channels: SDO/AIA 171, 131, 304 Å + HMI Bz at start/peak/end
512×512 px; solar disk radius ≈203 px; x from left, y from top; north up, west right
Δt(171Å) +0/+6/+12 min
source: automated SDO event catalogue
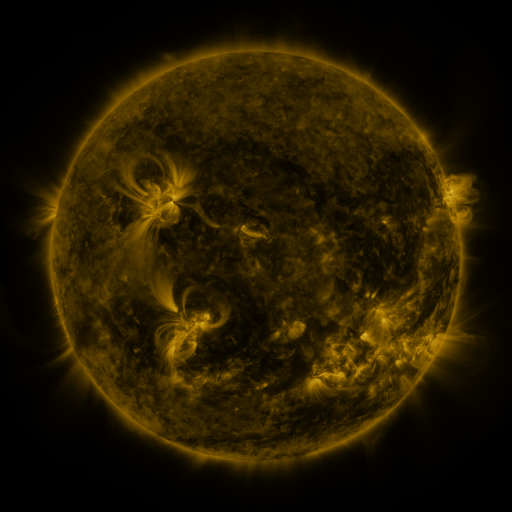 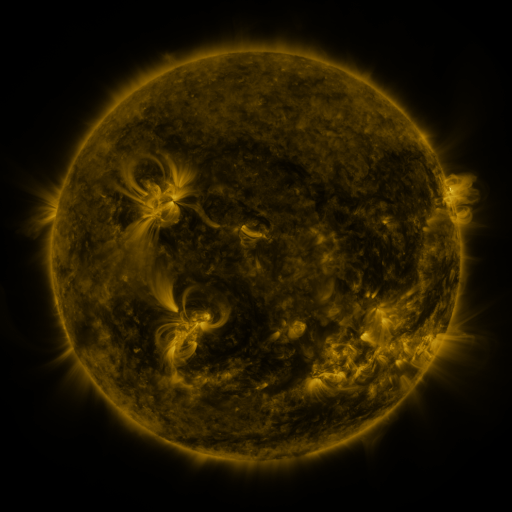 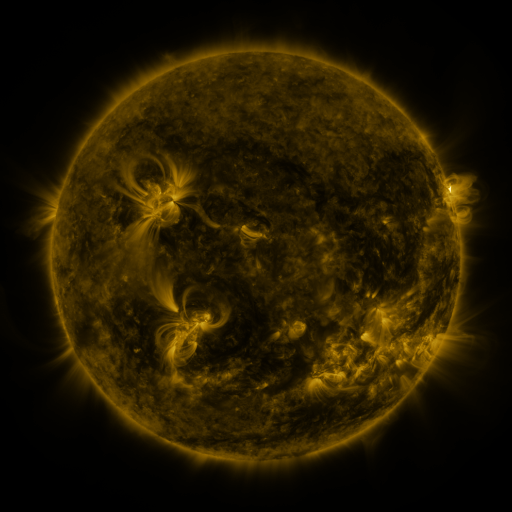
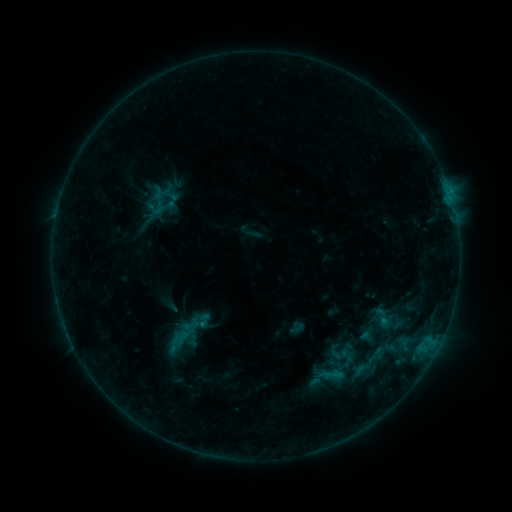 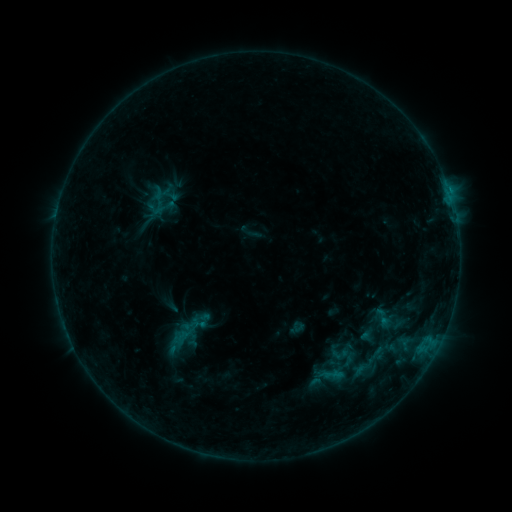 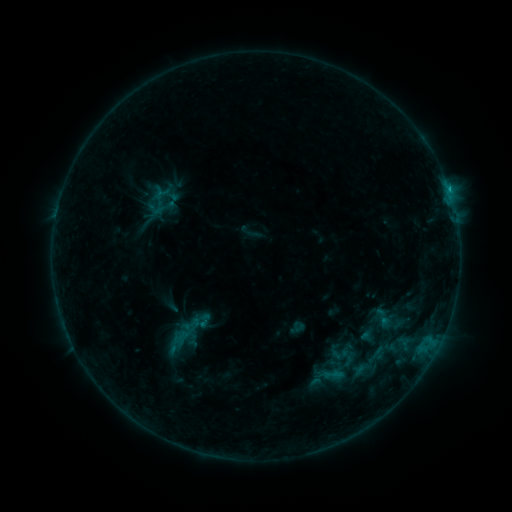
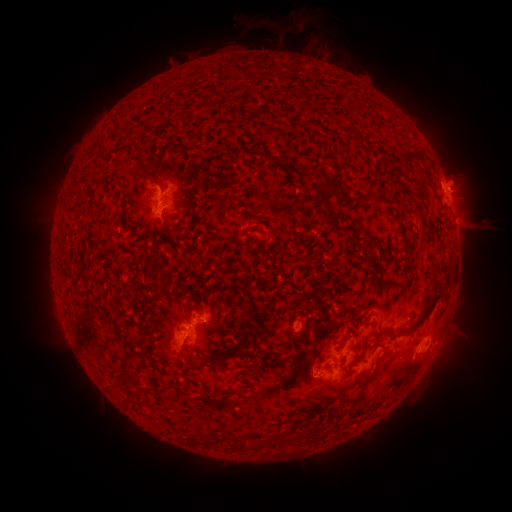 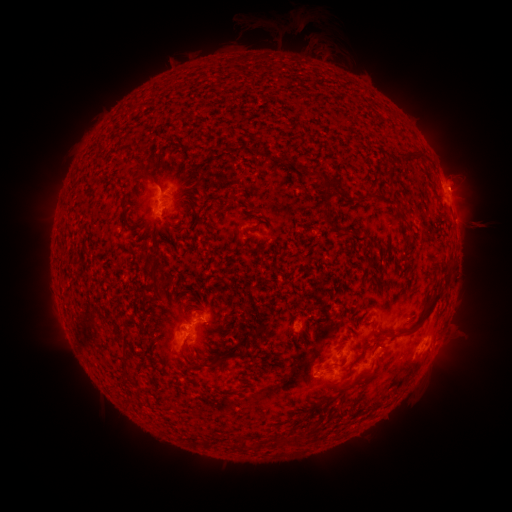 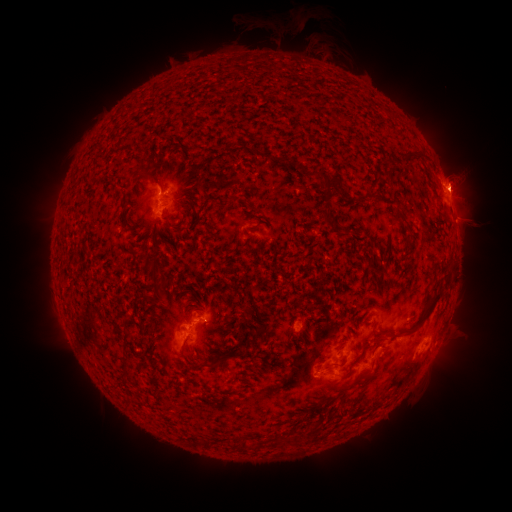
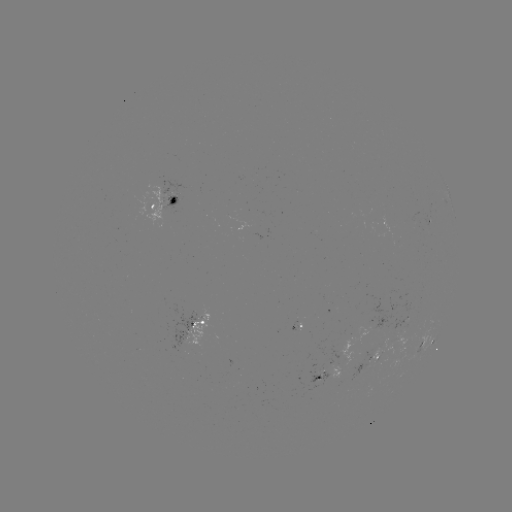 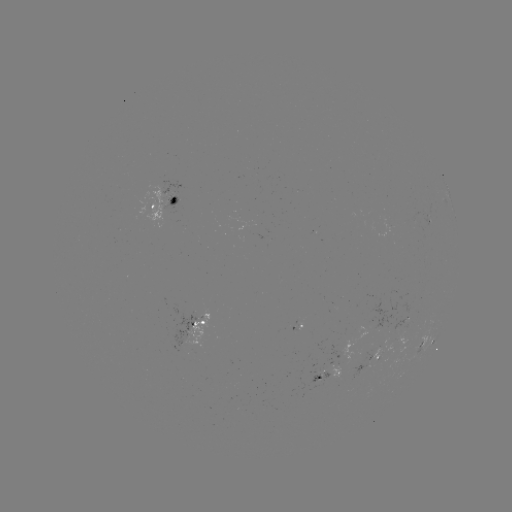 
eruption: (431, 155, 485, 204)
